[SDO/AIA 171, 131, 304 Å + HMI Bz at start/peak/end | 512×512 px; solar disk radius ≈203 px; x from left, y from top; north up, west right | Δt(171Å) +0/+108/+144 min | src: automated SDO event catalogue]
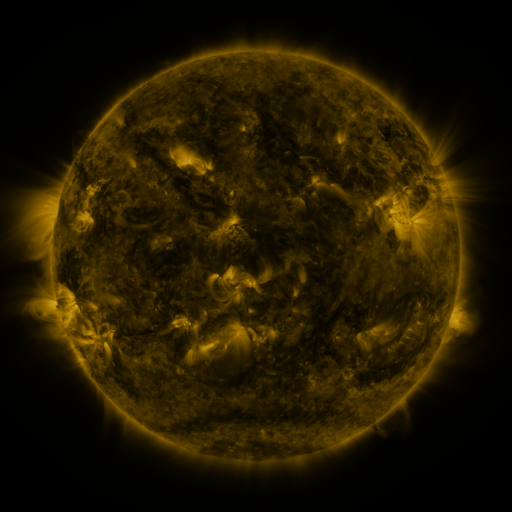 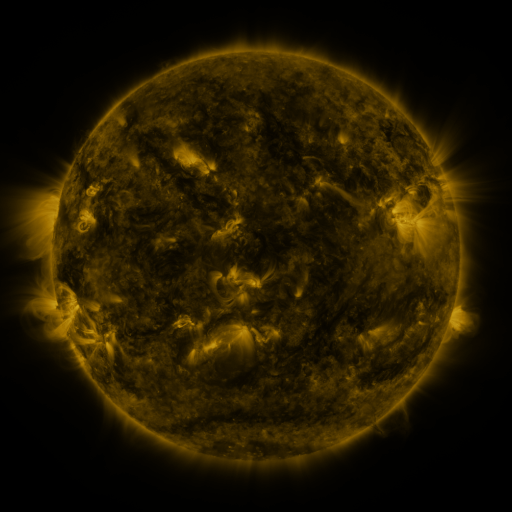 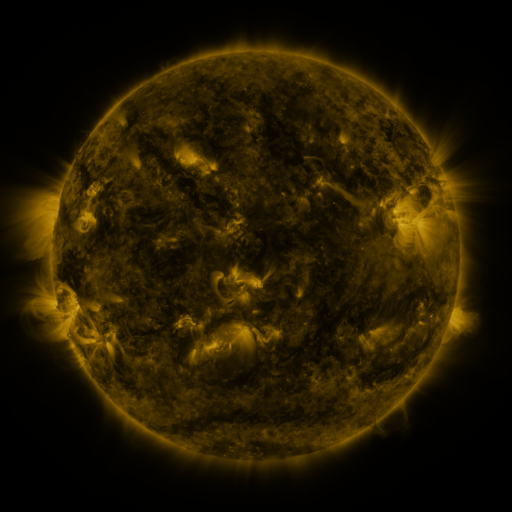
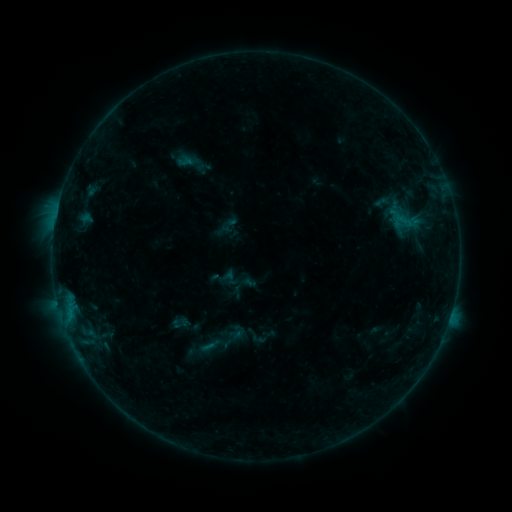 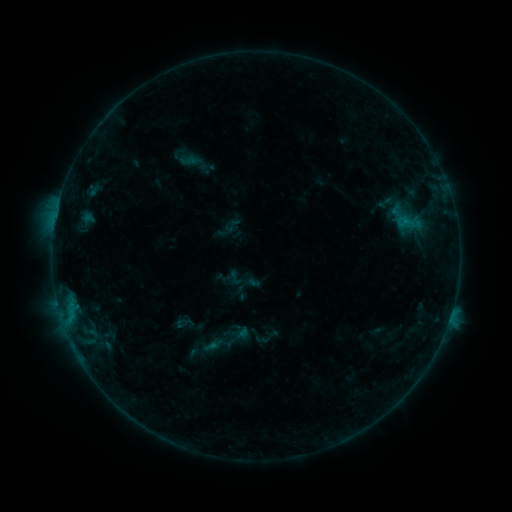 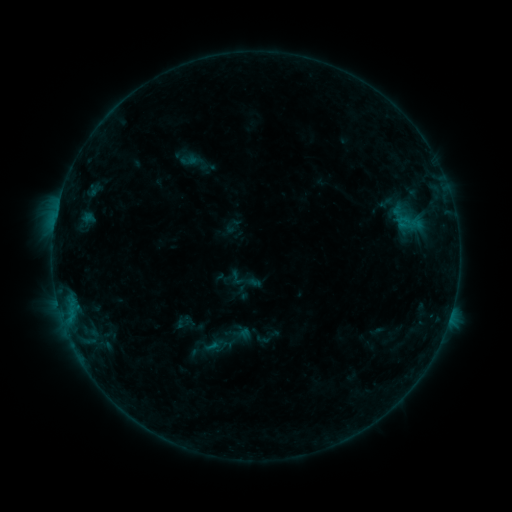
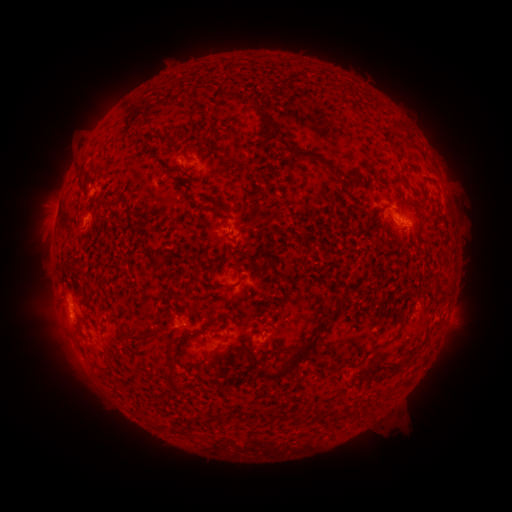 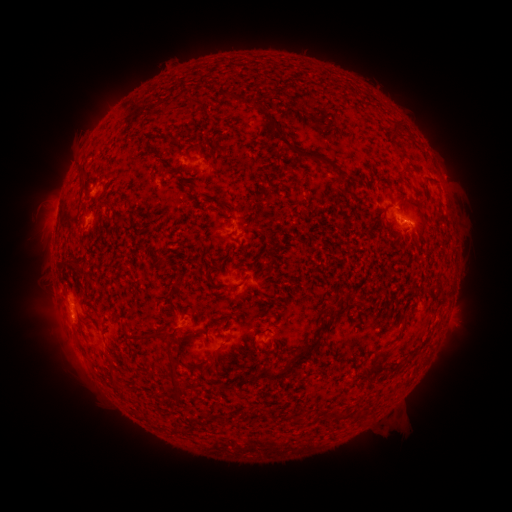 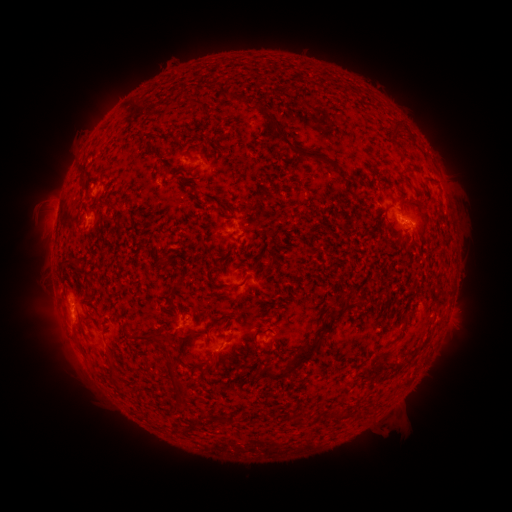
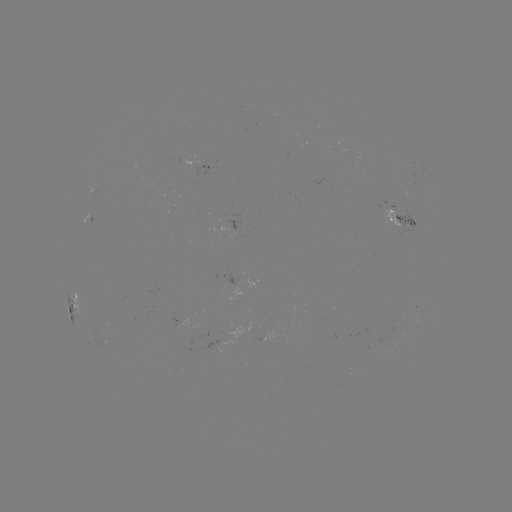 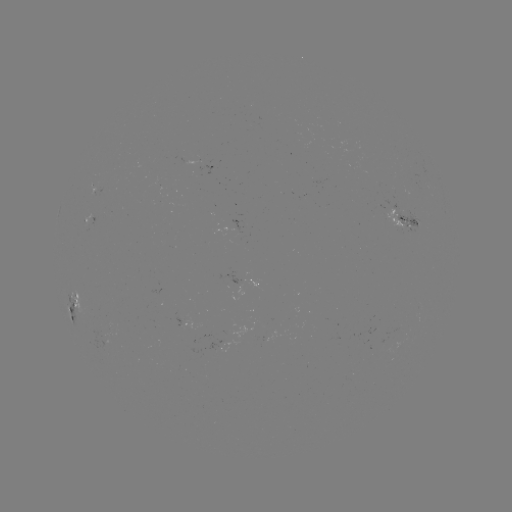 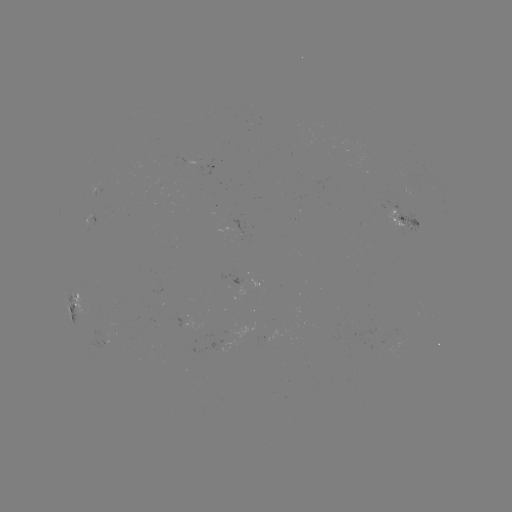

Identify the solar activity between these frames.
emerging-flux region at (104, 338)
